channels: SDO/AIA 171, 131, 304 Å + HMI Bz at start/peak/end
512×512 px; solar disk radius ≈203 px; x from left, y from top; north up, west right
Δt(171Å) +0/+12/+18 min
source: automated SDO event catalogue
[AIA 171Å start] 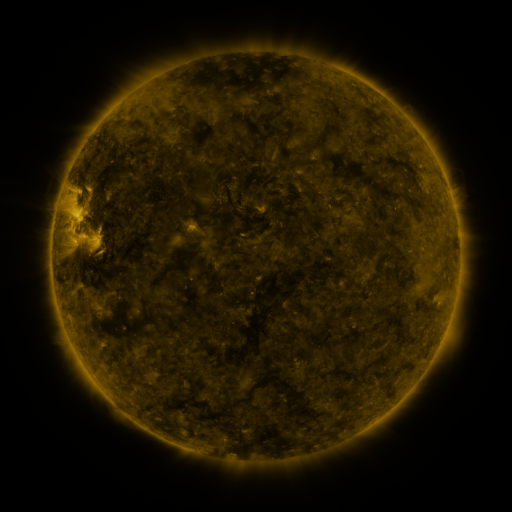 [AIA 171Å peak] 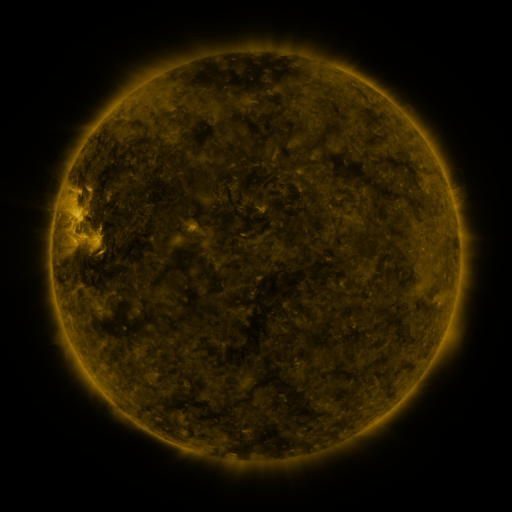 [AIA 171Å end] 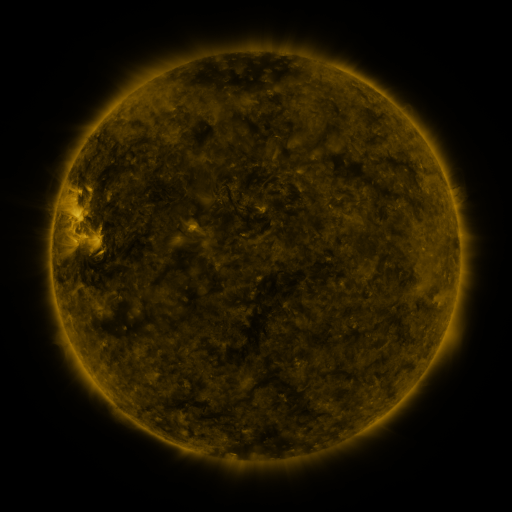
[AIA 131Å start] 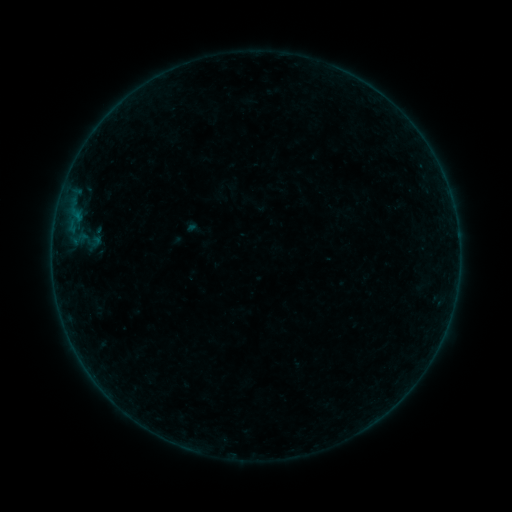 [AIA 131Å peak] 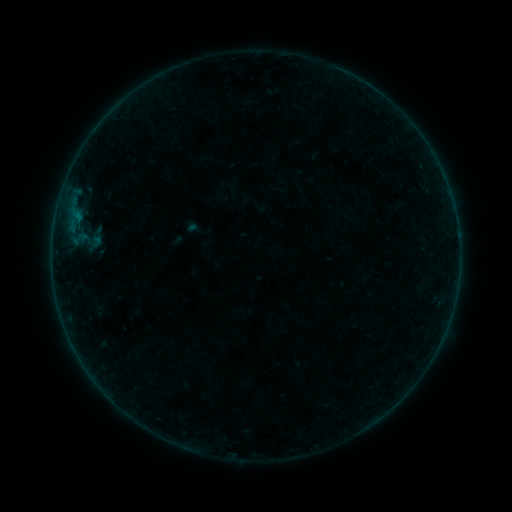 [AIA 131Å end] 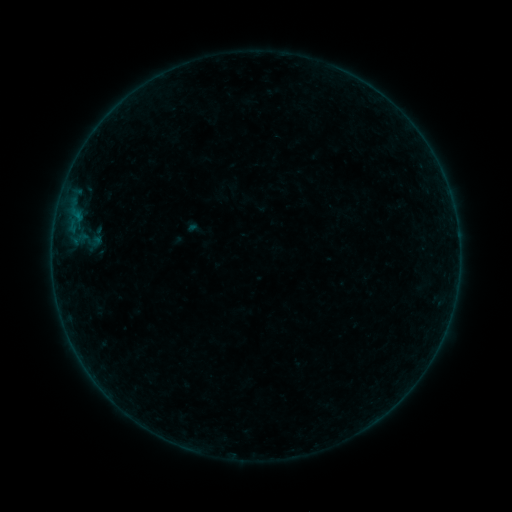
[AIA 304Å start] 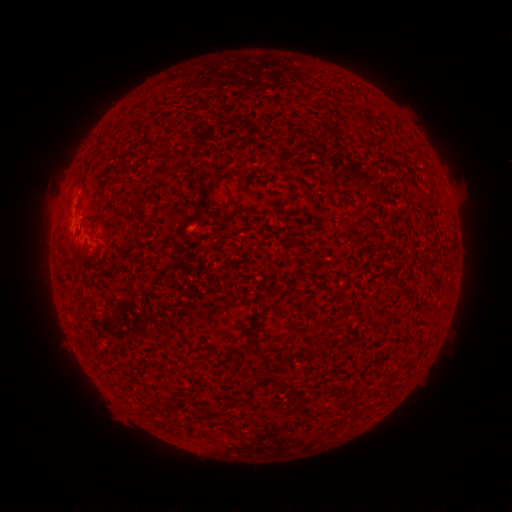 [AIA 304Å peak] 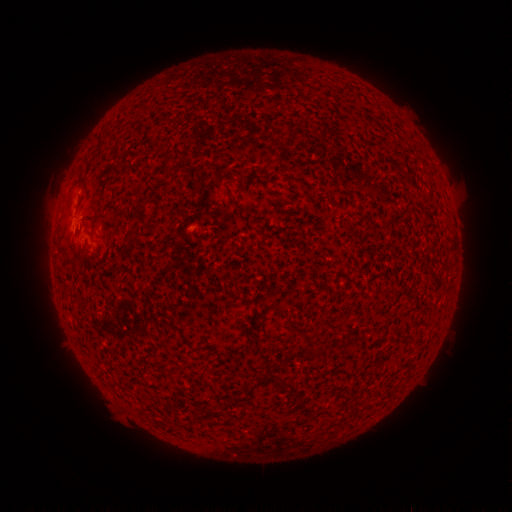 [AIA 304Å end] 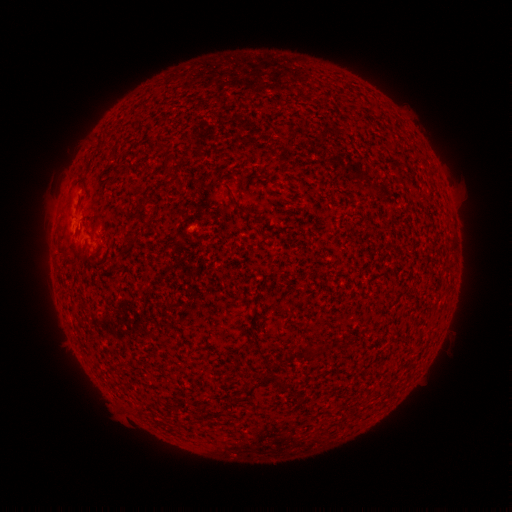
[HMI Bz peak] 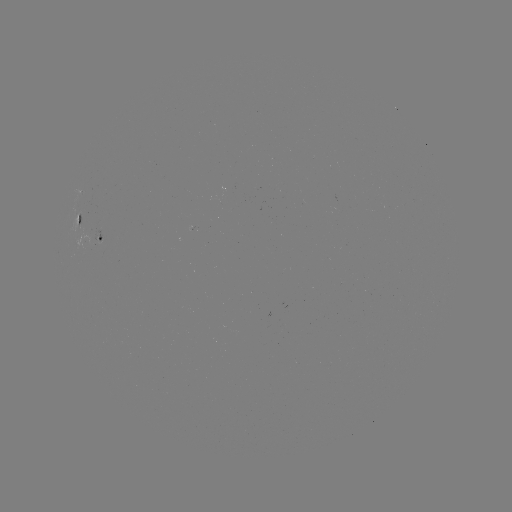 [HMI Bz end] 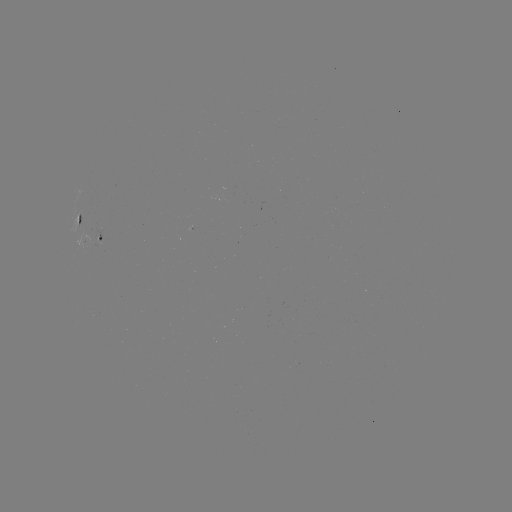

nothing was catalogued: no classed flare, no EUV trigger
